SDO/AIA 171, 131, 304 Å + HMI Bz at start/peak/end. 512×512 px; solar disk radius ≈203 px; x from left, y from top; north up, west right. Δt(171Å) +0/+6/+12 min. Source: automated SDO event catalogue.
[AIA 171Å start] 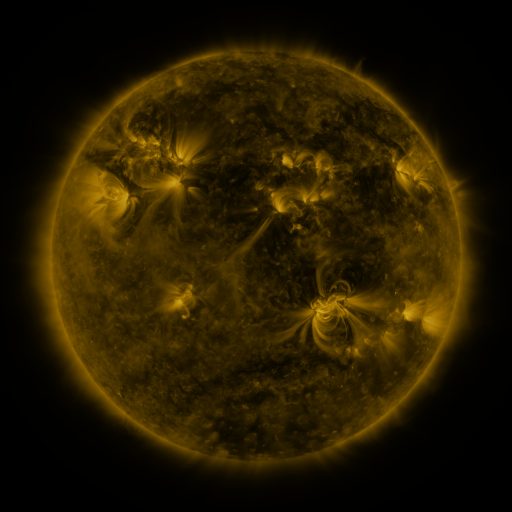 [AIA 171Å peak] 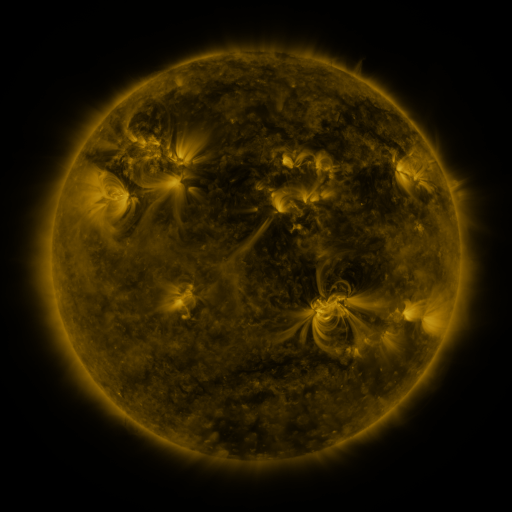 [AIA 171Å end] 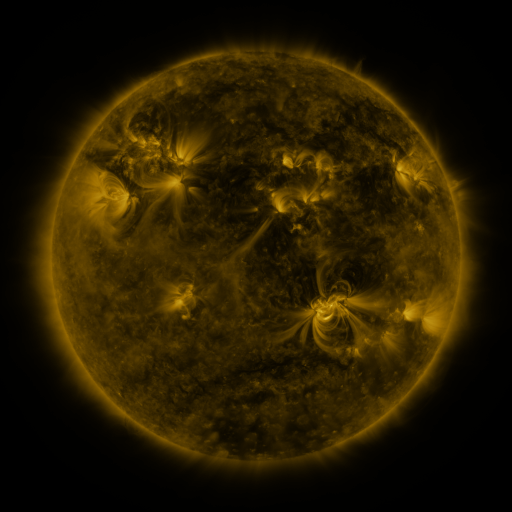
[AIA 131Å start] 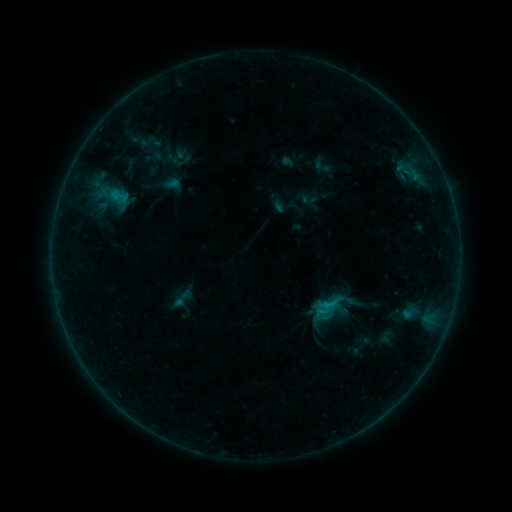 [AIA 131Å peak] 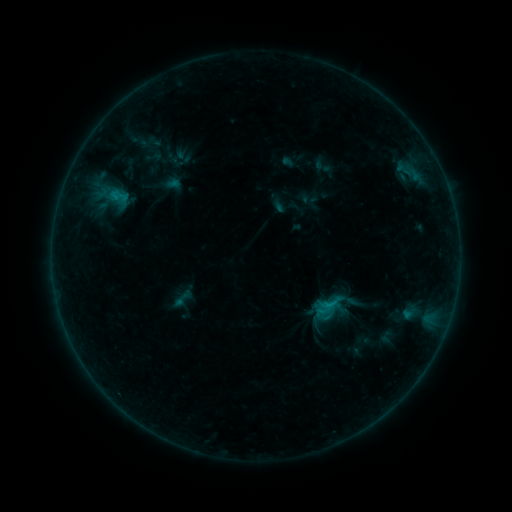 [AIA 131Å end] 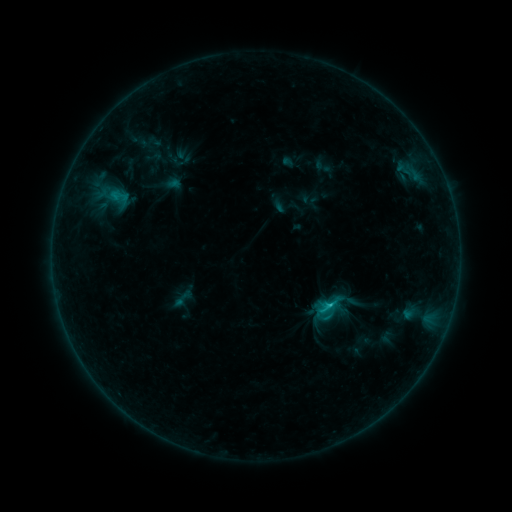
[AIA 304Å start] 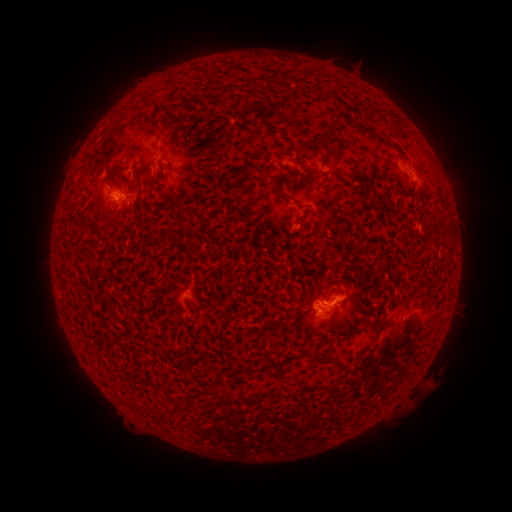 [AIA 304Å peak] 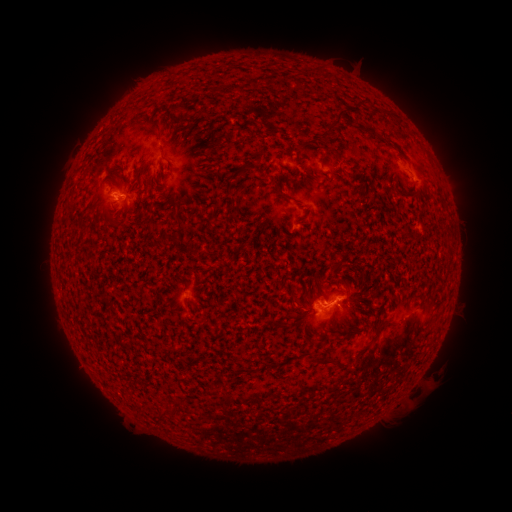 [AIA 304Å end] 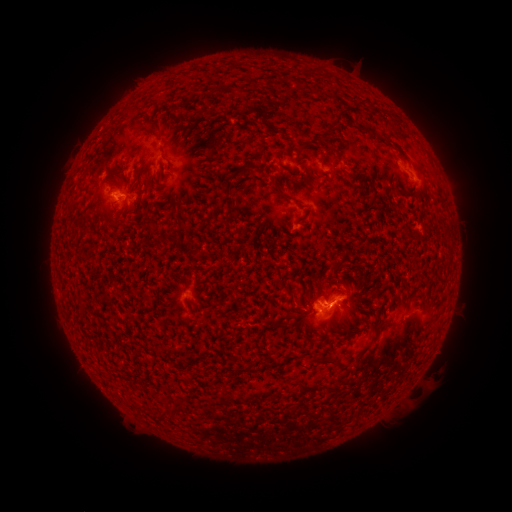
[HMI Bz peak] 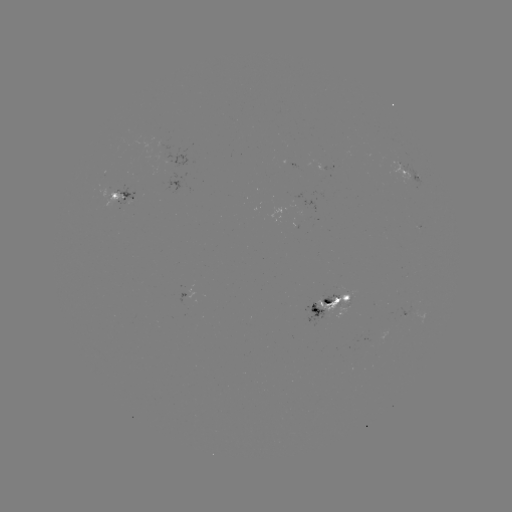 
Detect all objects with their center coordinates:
C6.6 flare: (320, 310)
